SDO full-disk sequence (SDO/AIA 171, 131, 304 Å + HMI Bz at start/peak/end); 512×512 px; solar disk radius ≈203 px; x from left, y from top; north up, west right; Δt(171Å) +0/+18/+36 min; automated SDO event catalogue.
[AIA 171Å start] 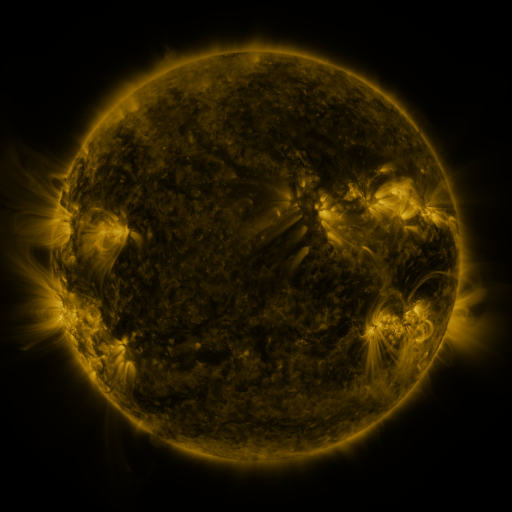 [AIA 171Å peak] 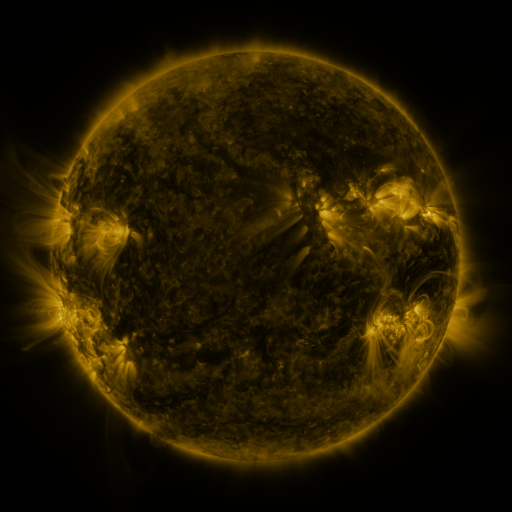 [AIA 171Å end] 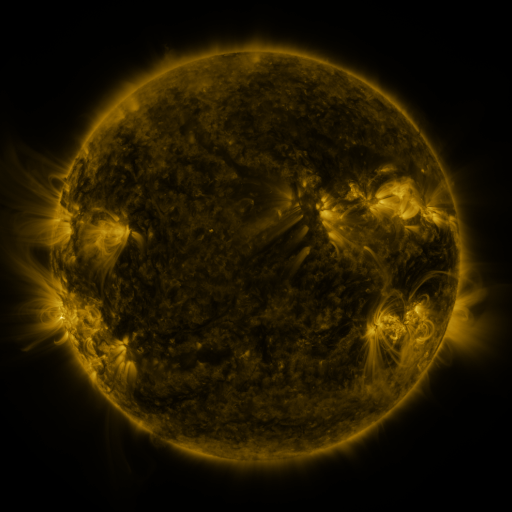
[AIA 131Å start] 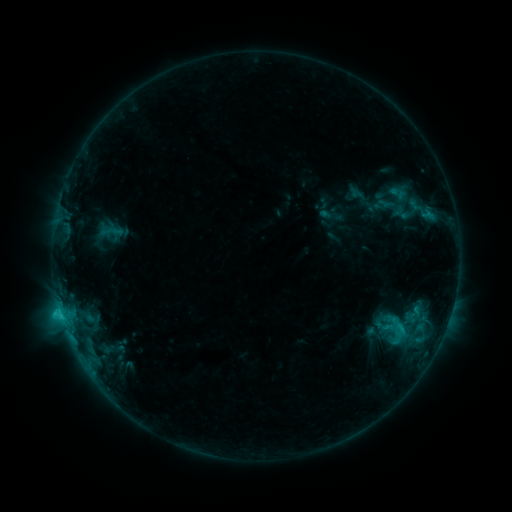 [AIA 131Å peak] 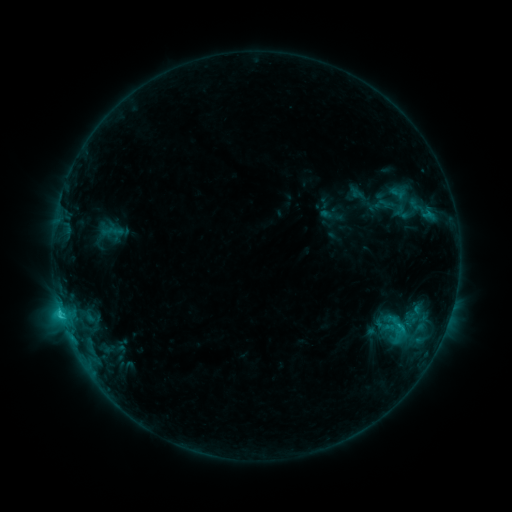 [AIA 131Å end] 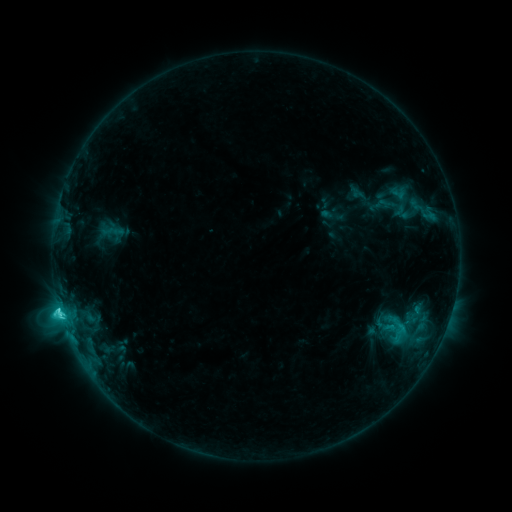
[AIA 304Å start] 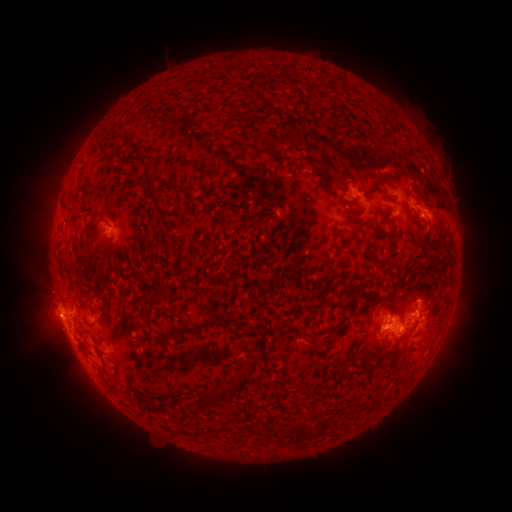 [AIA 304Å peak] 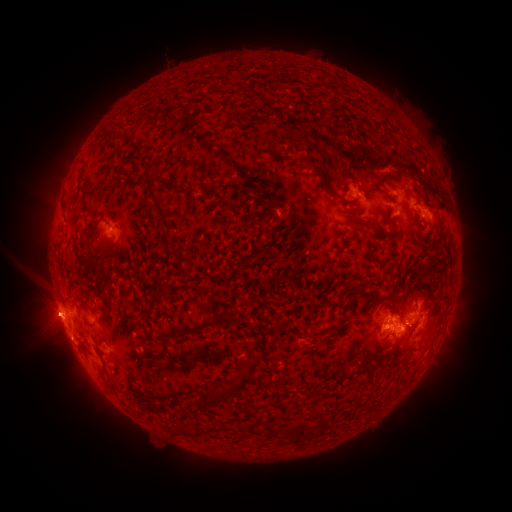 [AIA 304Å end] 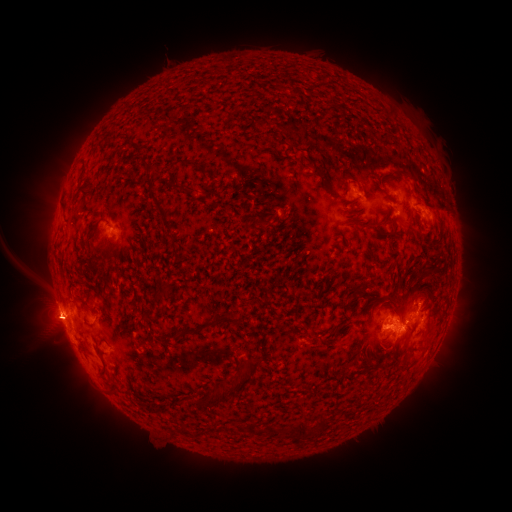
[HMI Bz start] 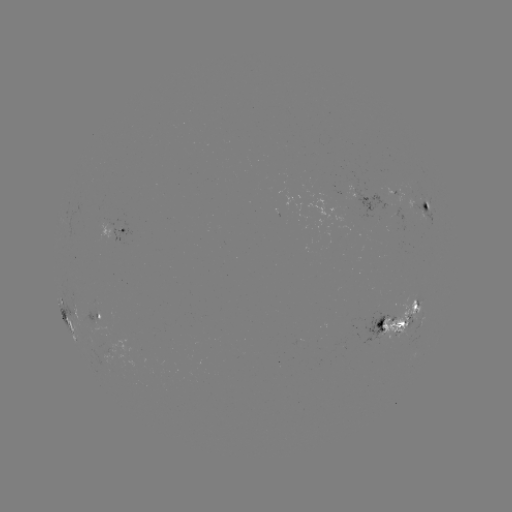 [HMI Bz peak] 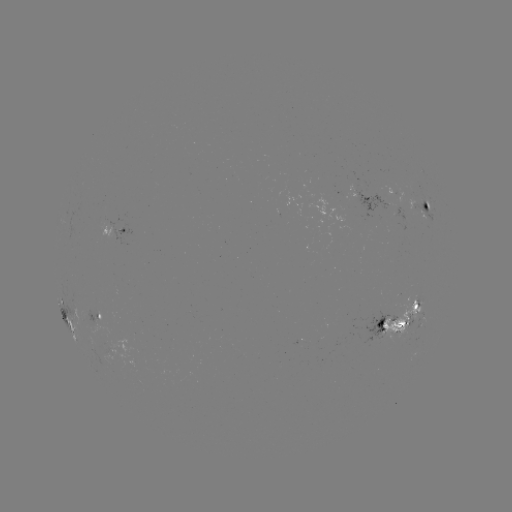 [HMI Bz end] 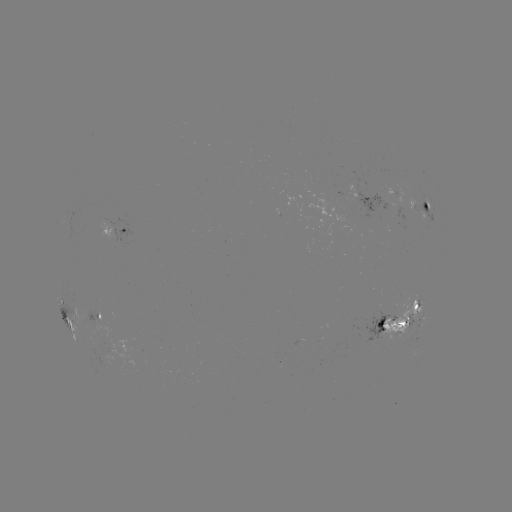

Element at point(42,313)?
eruption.